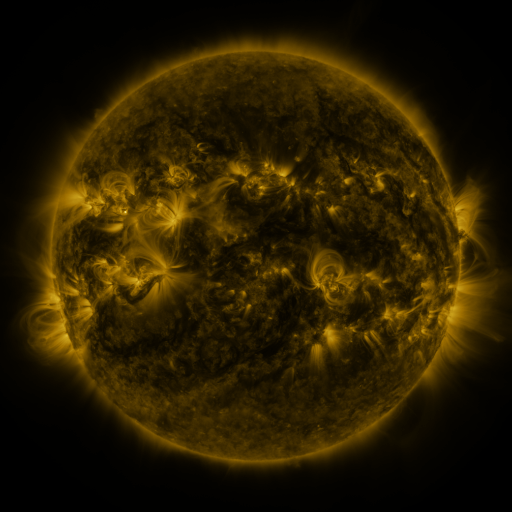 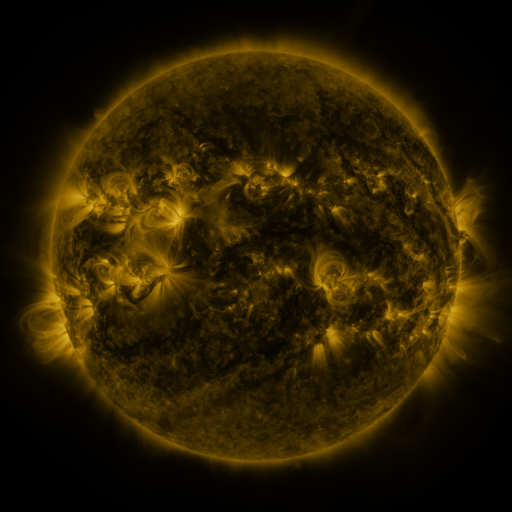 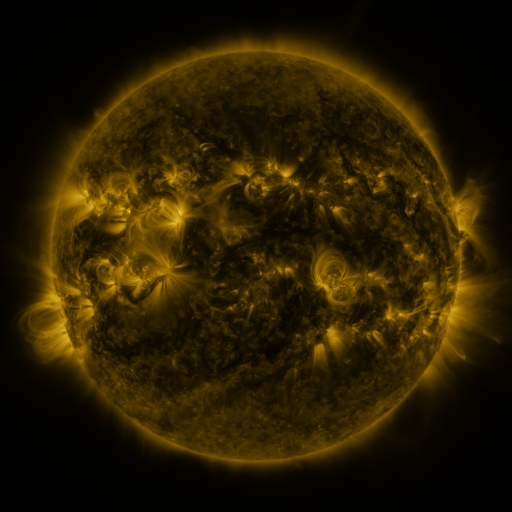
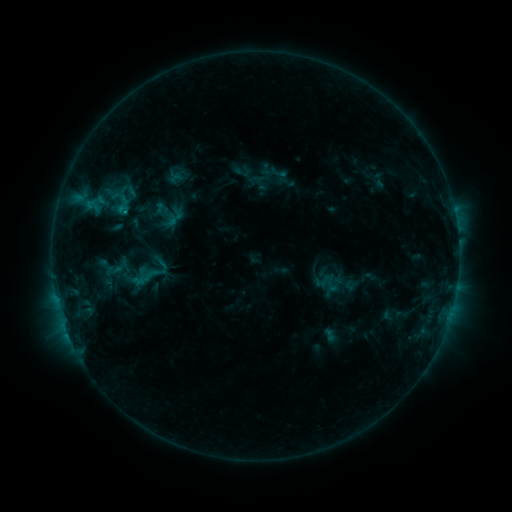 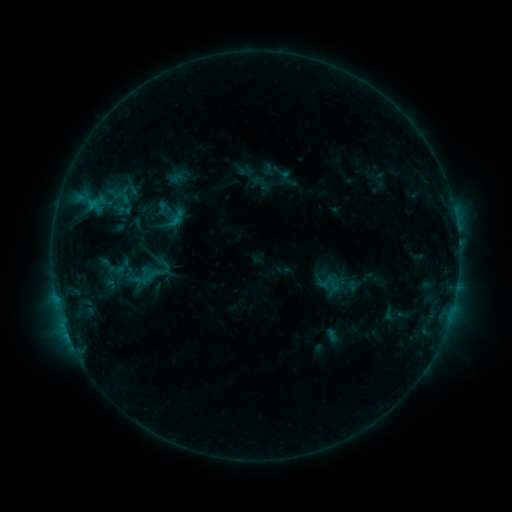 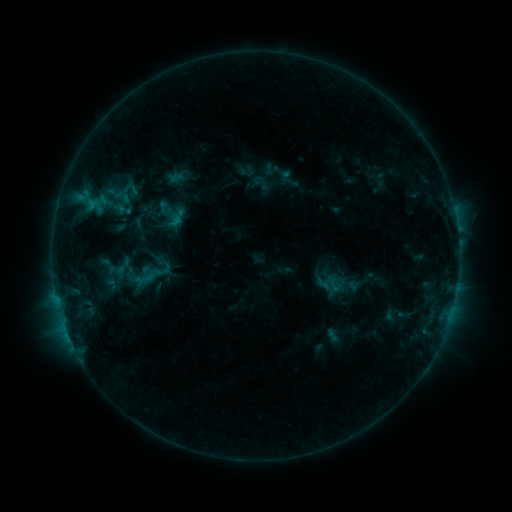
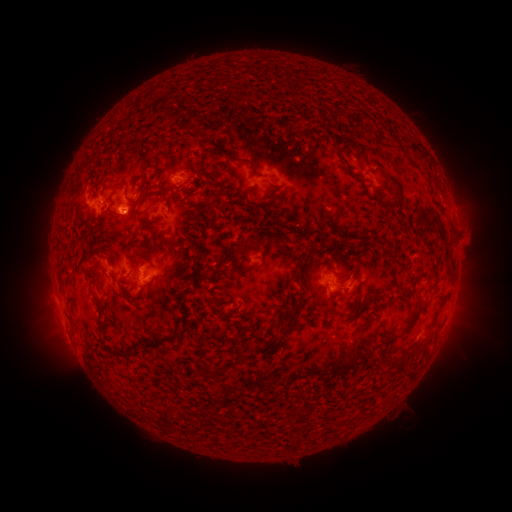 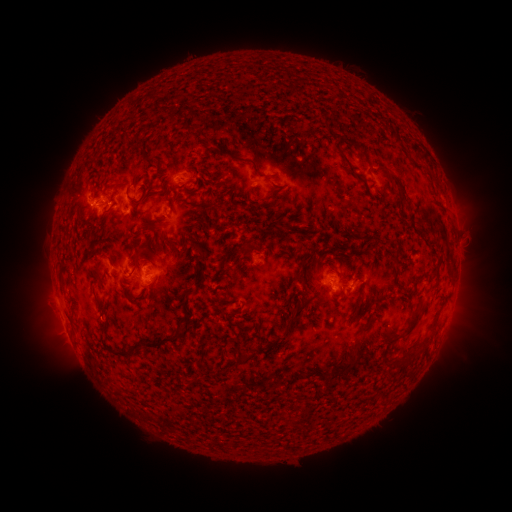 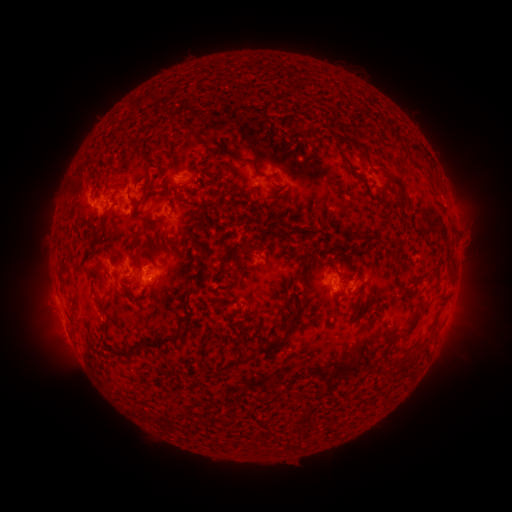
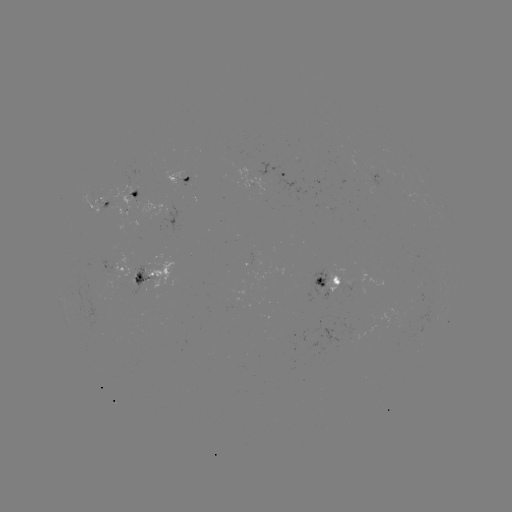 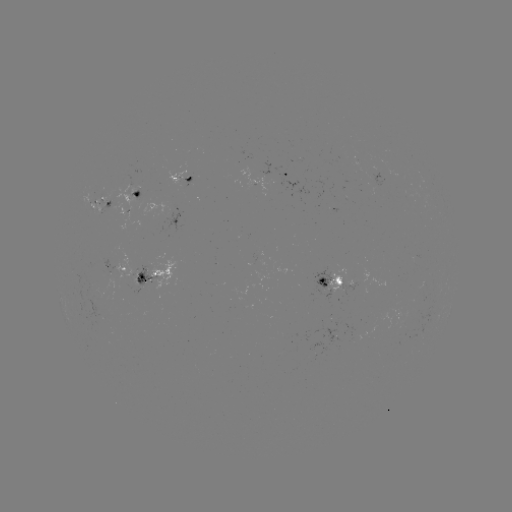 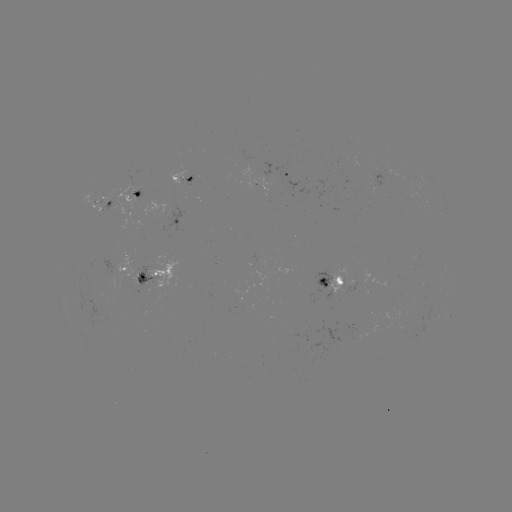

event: emerging-flux region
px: (179, 178)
